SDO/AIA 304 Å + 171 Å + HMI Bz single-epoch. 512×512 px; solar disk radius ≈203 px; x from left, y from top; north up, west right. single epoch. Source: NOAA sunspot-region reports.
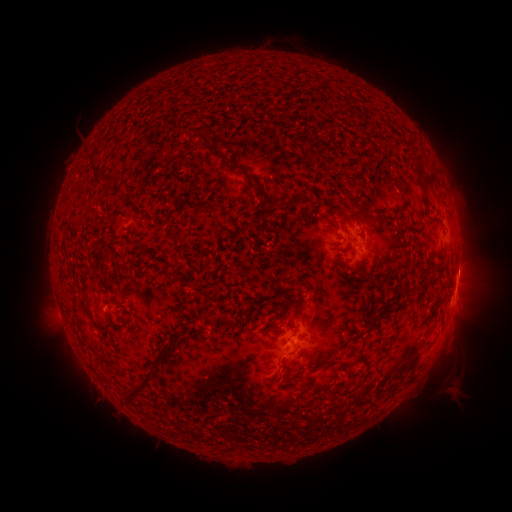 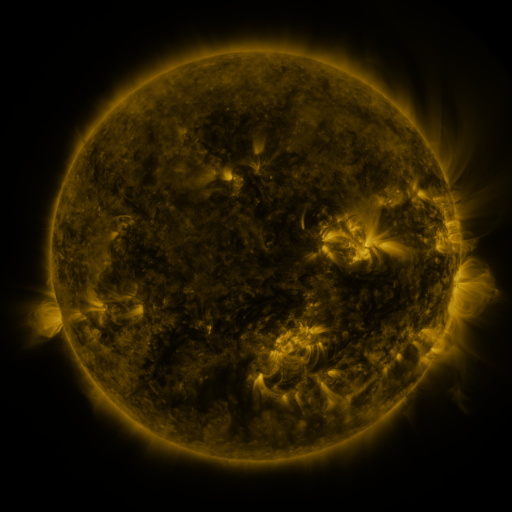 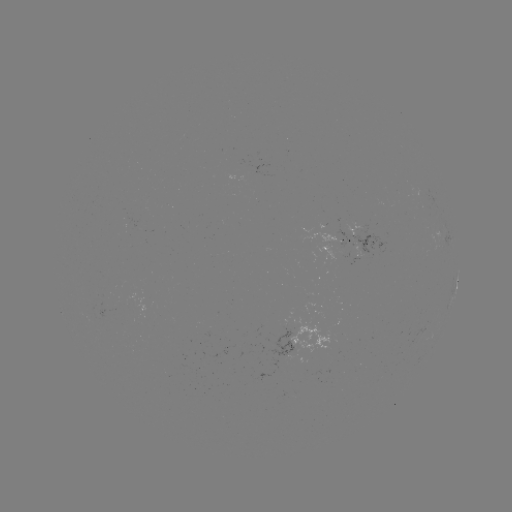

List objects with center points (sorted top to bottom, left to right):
spotted active region: (334, 238)
spotted active region: (447, 239)
spotted active region: (363, 244)
spotted active region: (456, 285)
spotted active region: (302, 339)
